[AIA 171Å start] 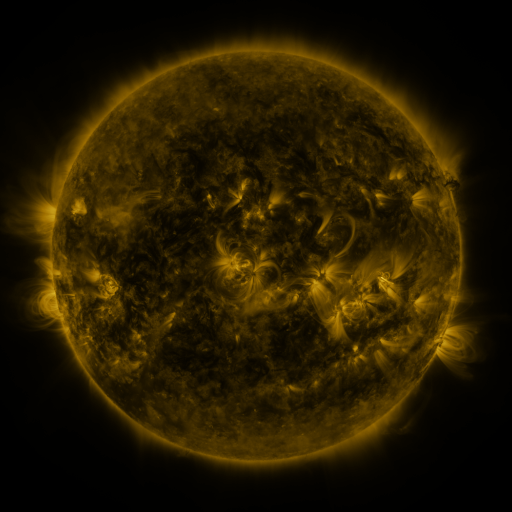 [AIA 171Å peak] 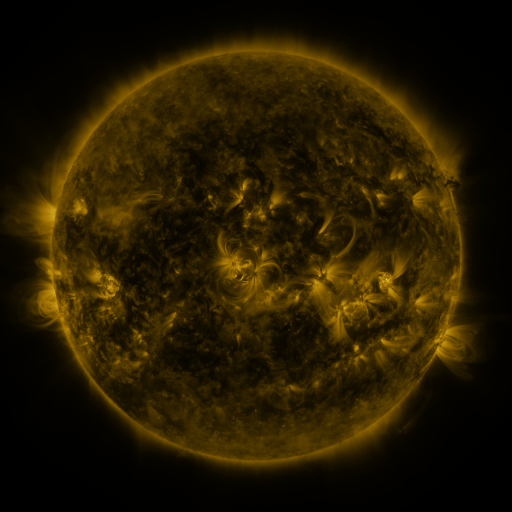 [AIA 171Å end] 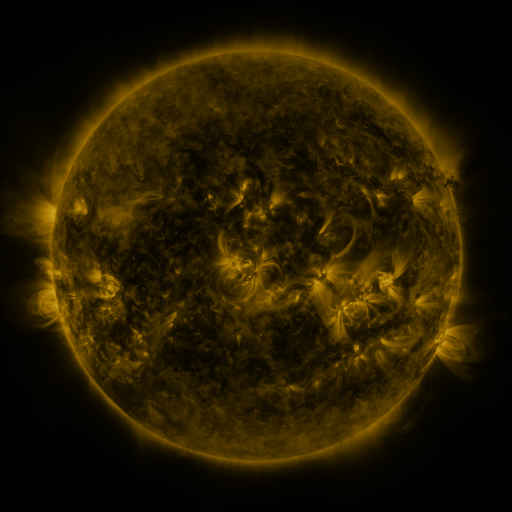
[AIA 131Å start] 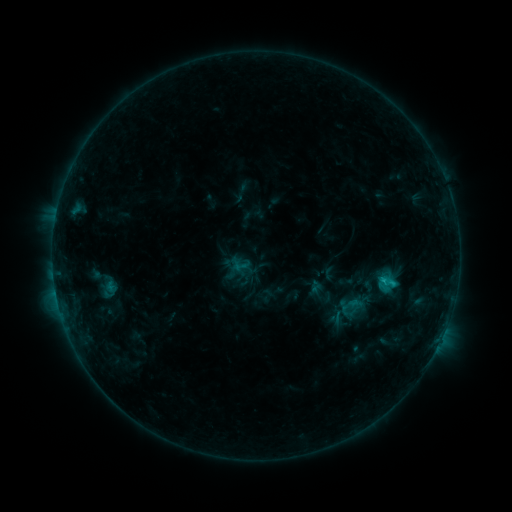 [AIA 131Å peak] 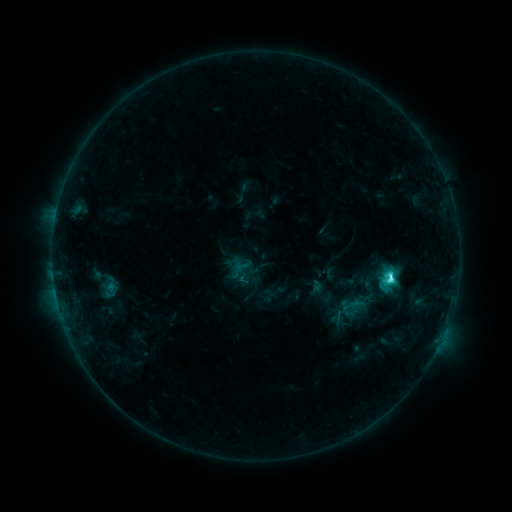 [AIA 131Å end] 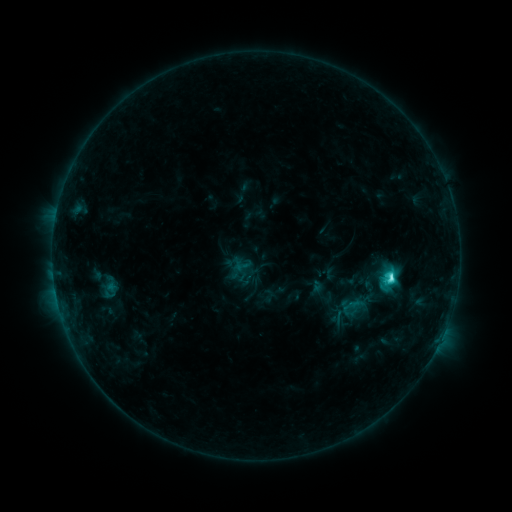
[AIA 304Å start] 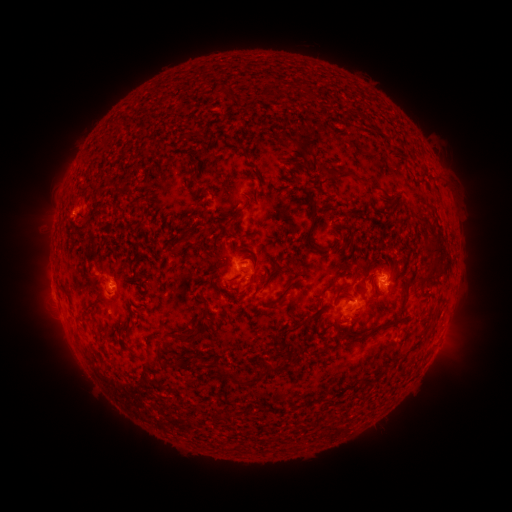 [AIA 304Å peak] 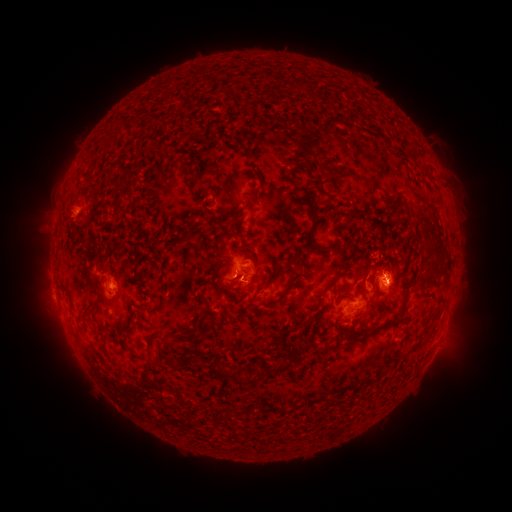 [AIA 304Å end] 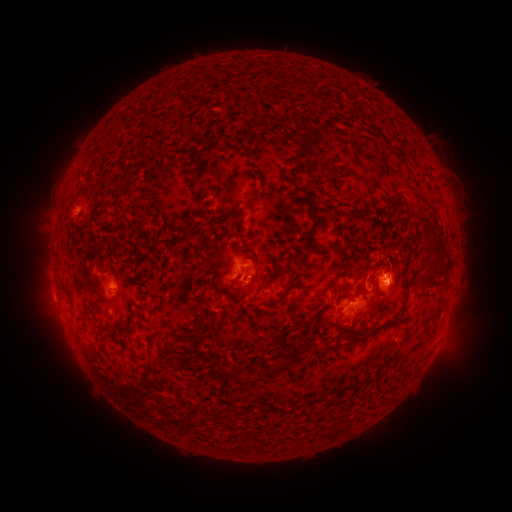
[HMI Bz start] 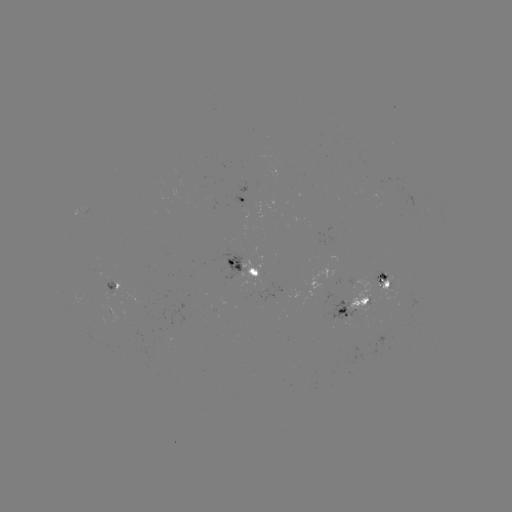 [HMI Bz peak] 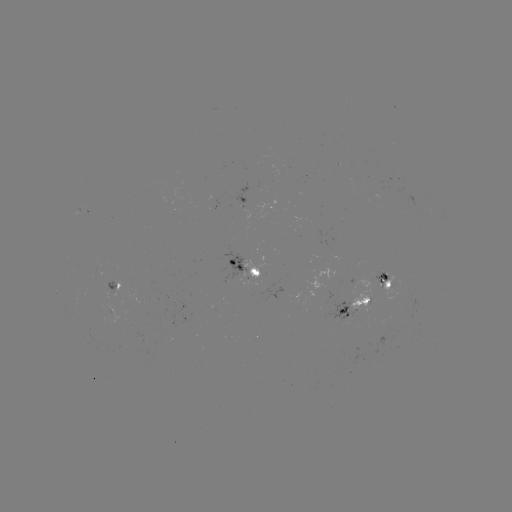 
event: flare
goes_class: C5.3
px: (390, 277)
